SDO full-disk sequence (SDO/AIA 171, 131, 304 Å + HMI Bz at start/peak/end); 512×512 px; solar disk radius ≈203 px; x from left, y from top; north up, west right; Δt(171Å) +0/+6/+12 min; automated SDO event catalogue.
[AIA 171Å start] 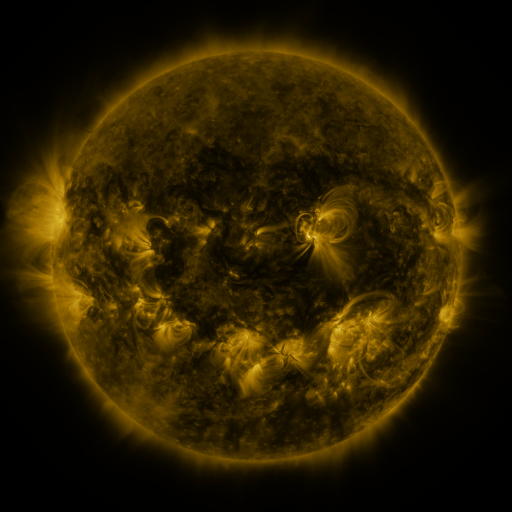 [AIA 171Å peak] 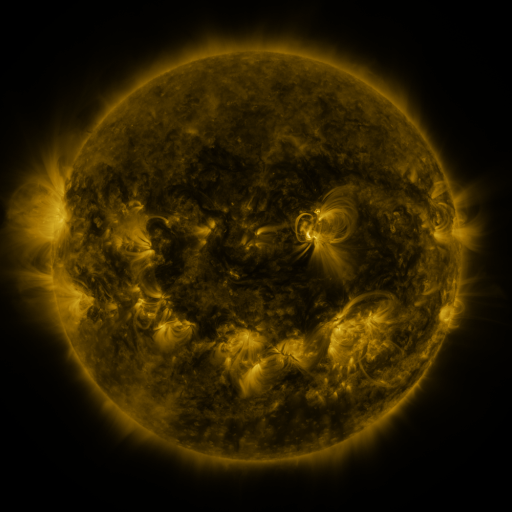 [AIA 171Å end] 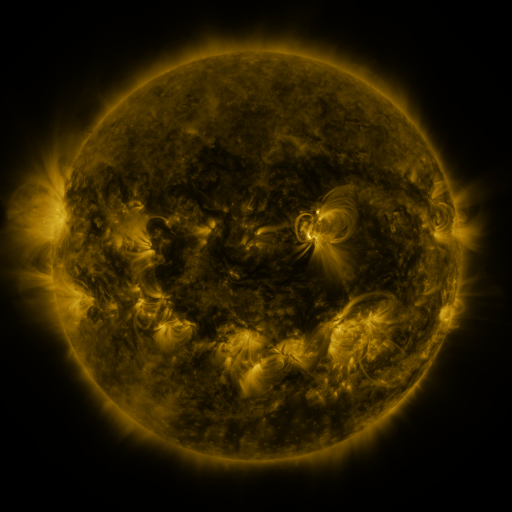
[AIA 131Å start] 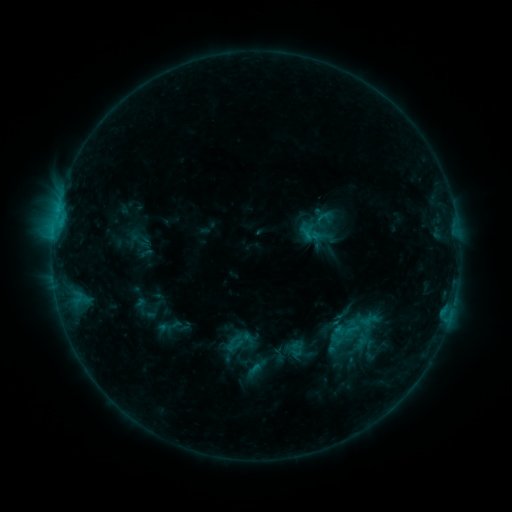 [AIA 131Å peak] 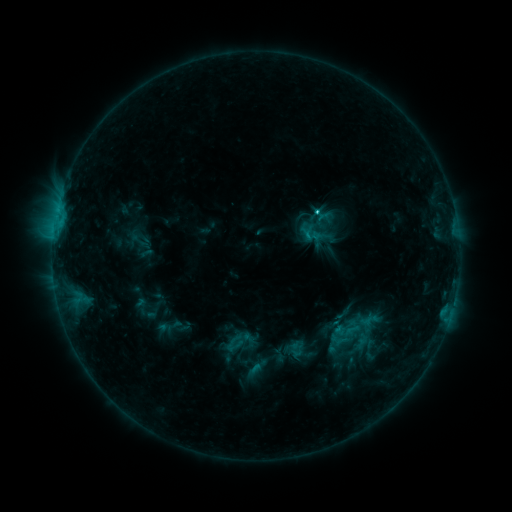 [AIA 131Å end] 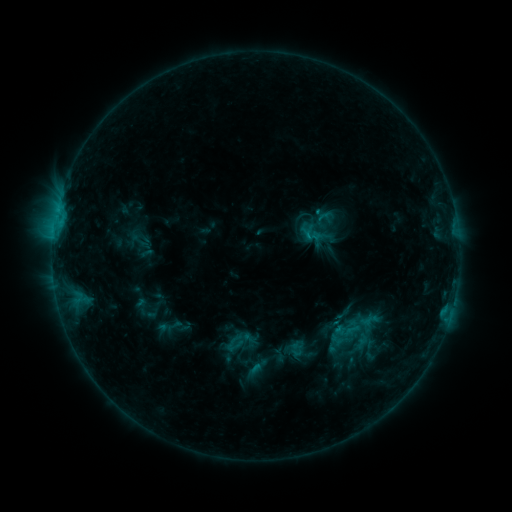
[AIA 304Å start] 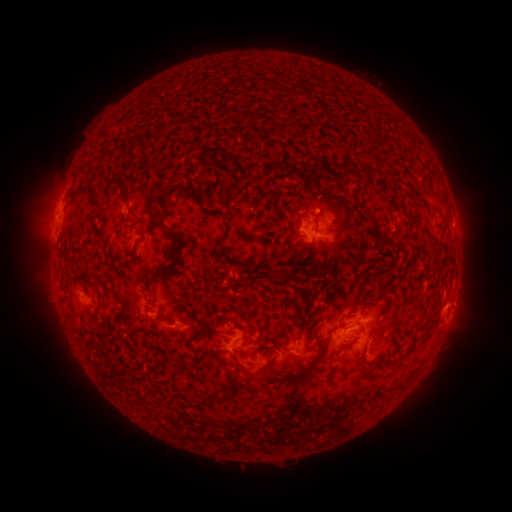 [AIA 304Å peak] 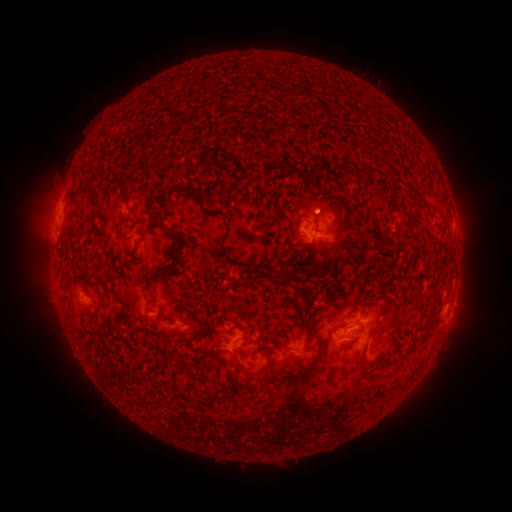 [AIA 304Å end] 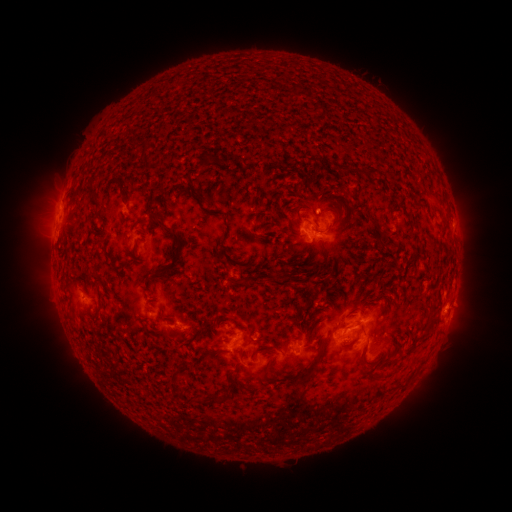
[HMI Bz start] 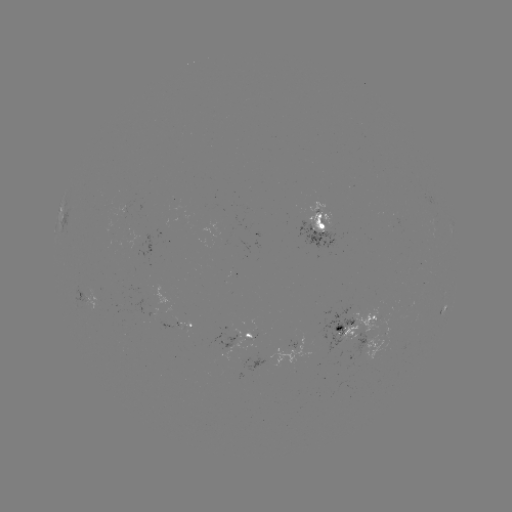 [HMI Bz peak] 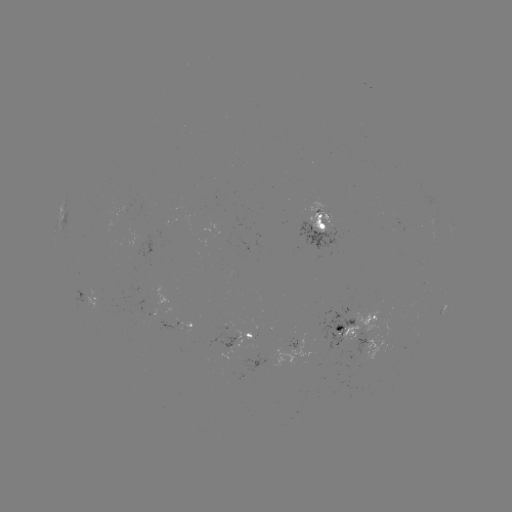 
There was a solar flare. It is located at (315, 213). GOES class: C1.5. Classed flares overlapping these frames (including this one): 1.